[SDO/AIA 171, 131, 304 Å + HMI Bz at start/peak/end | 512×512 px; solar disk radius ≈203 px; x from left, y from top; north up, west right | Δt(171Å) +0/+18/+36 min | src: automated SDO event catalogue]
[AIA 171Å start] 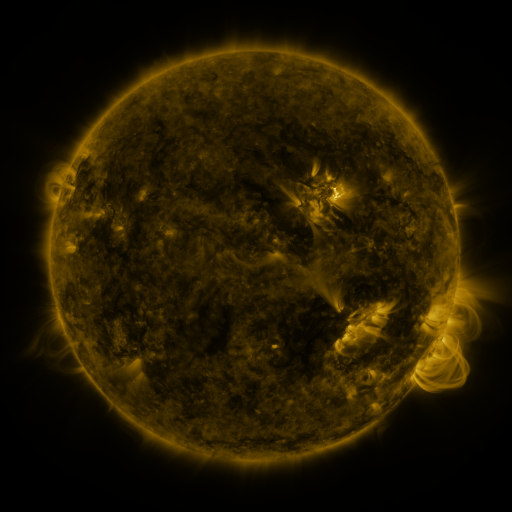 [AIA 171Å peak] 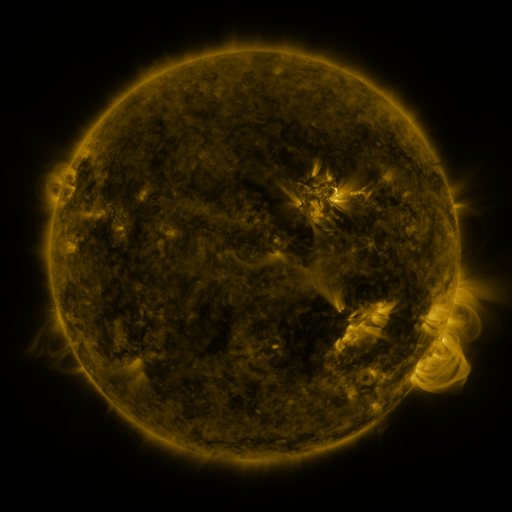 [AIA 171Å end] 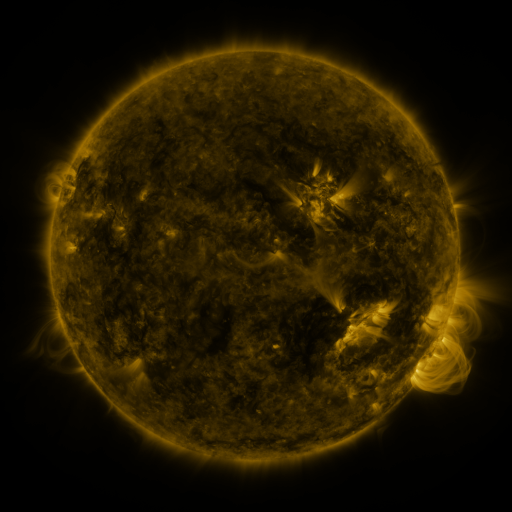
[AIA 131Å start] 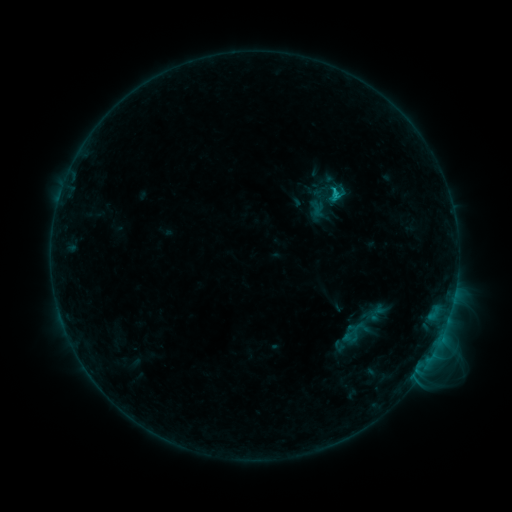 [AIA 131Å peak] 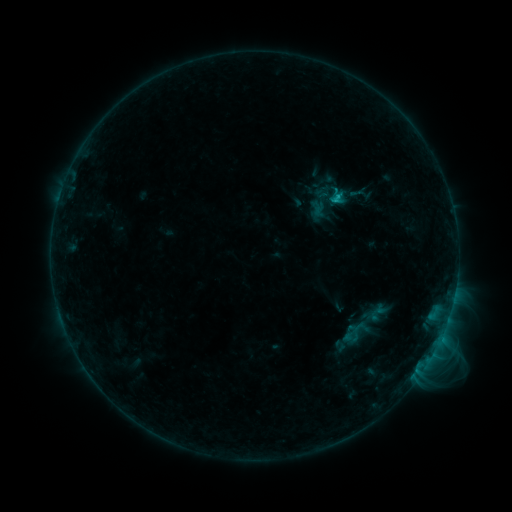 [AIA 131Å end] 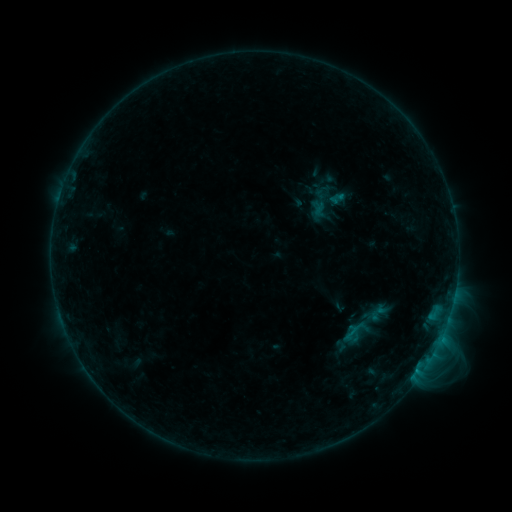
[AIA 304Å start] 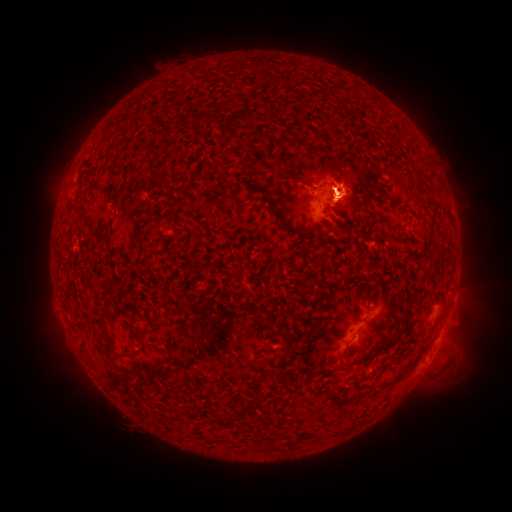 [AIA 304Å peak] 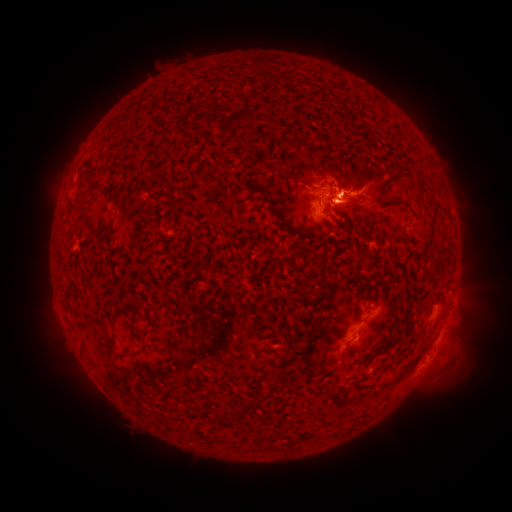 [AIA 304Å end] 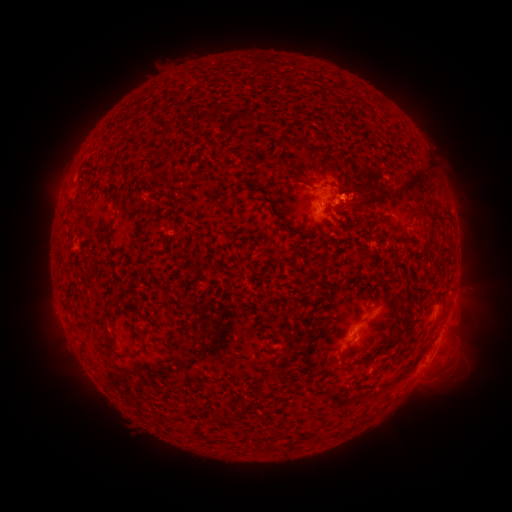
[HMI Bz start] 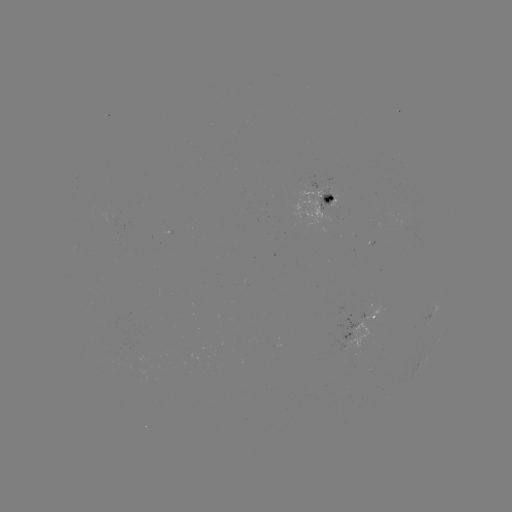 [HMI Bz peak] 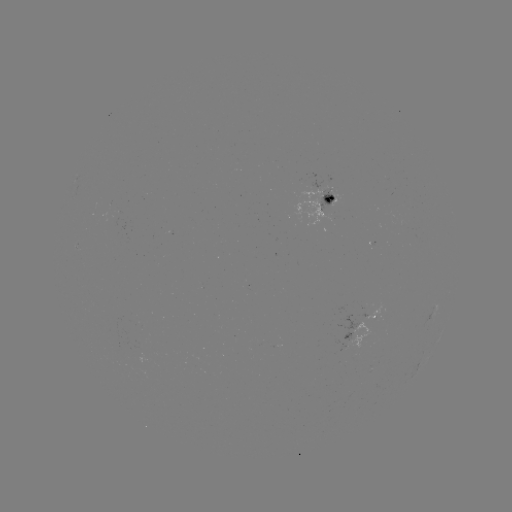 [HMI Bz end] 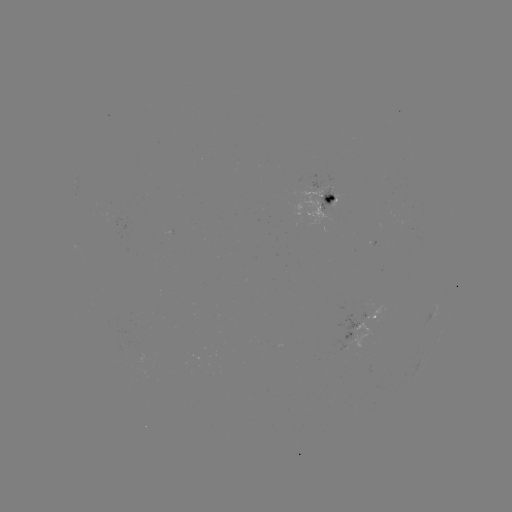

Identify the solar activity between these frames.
eruption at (370, 194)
